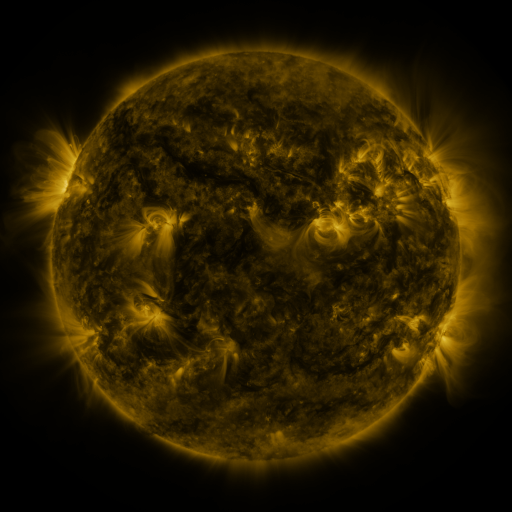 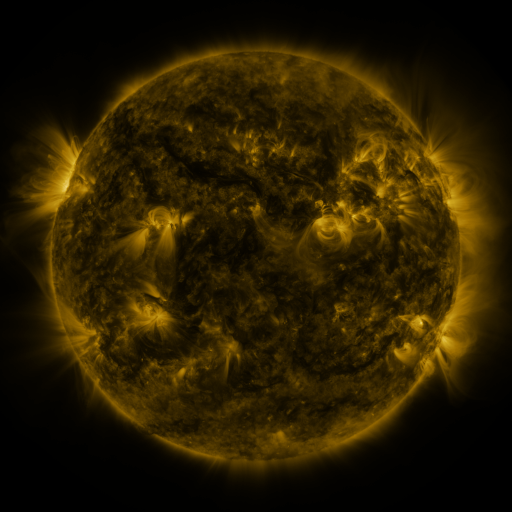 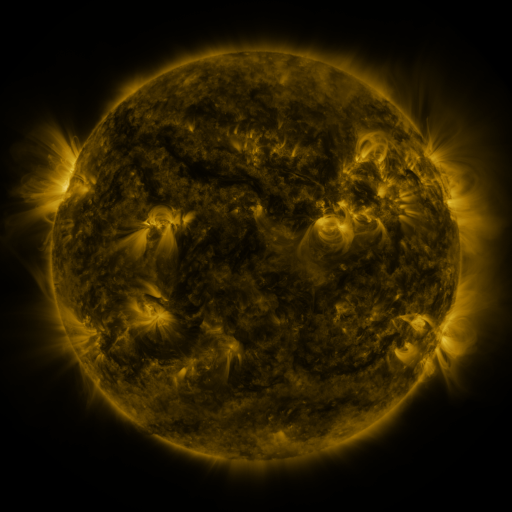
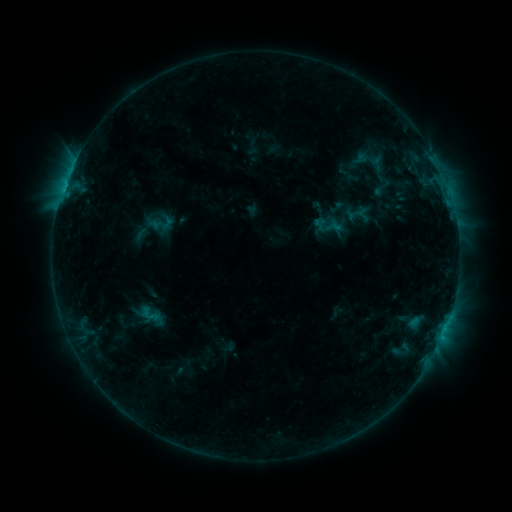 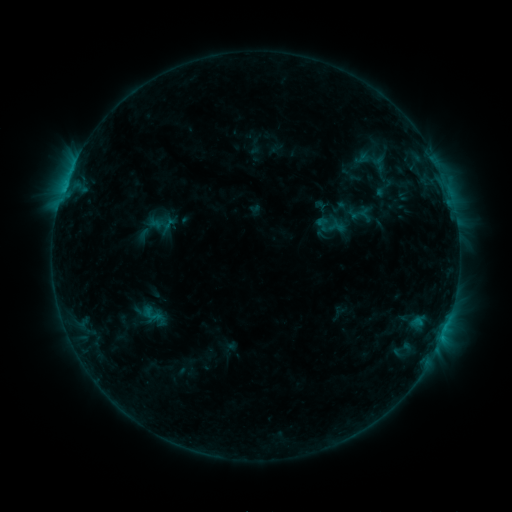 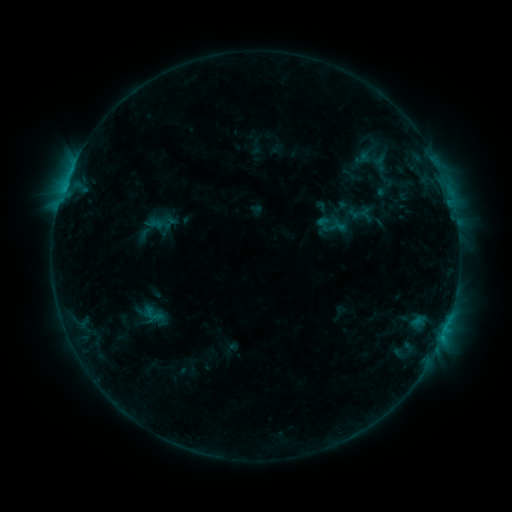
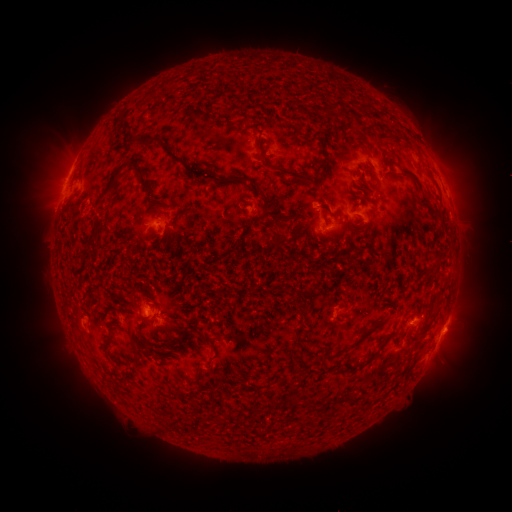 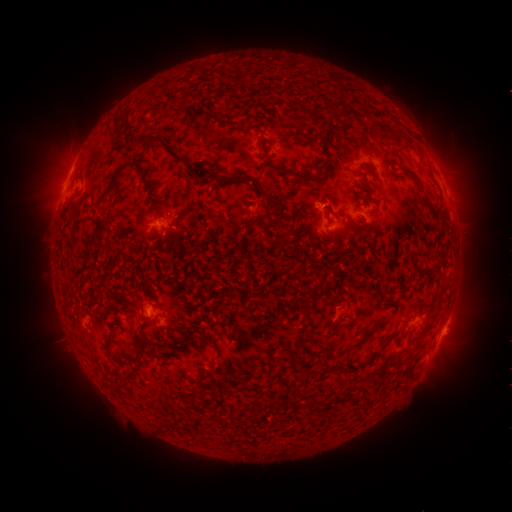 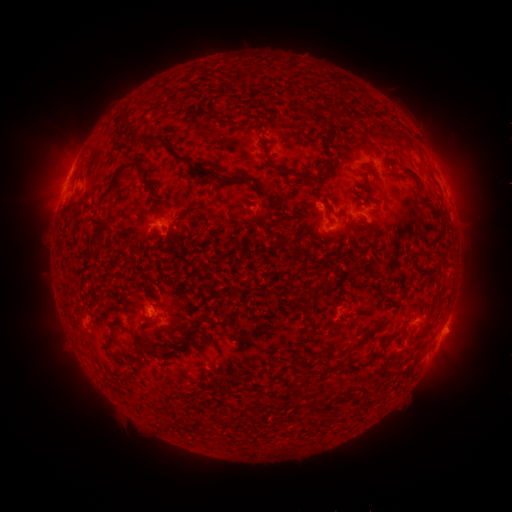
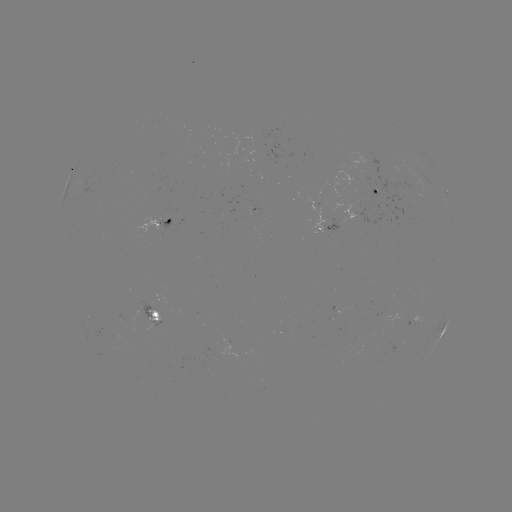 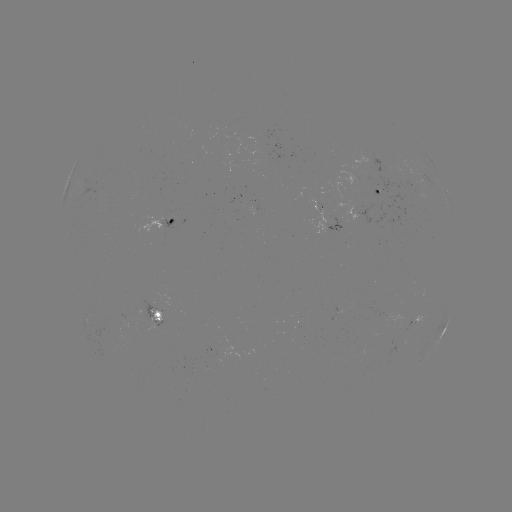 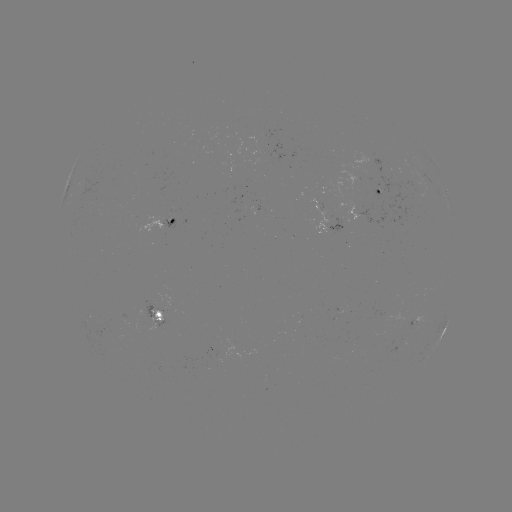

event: emerging-flux region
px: (339, 314)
